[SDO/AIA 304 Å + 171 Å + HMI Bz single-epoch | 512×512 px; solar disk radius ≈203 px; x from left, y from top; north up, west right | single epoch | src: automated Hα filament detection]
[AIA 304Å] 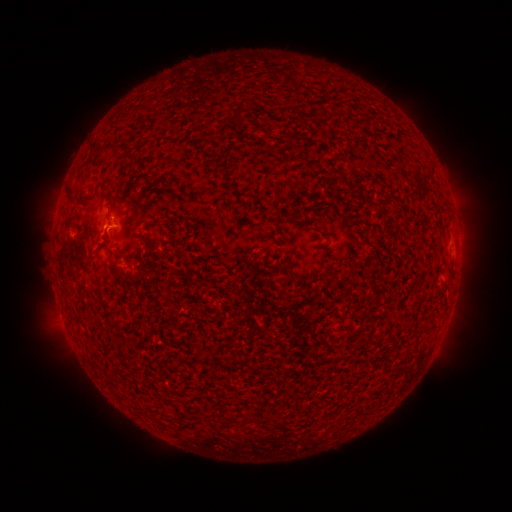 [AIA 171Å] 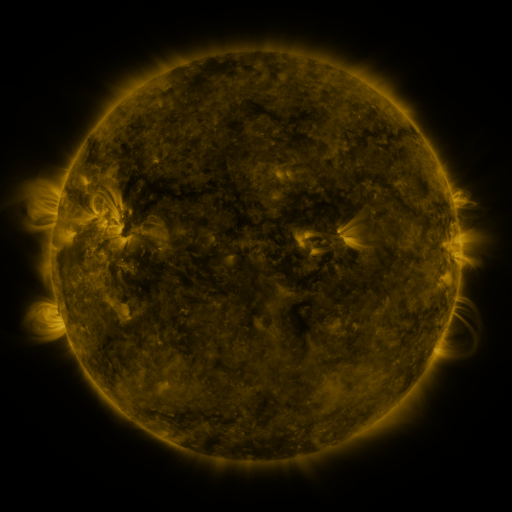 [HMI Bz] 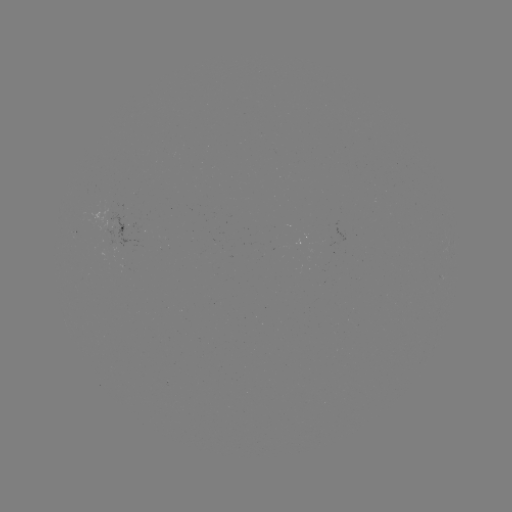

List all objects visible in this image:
filament: <bbox>232, 112, 240, 123</bbox>
filament: <bbox>103, 142, 124, 151</bbox>
filament: <bbox>66, 188, 73, 201</bbox>
filament: <bbox>131, 265, 151, 280</bbox>
